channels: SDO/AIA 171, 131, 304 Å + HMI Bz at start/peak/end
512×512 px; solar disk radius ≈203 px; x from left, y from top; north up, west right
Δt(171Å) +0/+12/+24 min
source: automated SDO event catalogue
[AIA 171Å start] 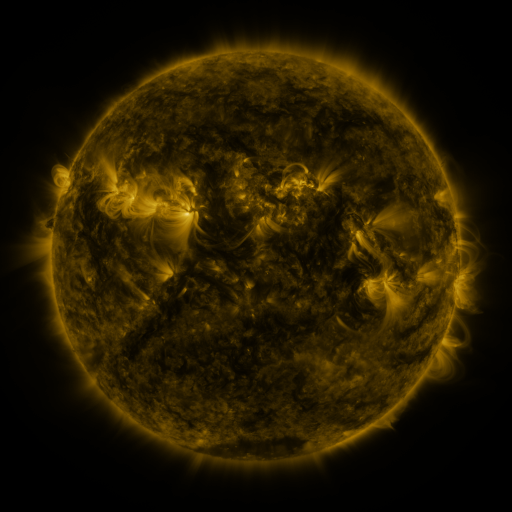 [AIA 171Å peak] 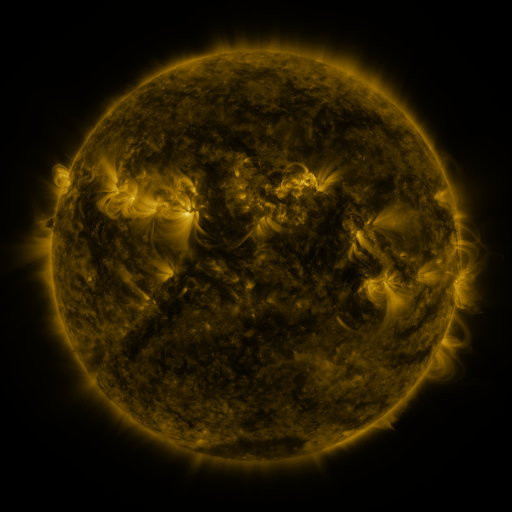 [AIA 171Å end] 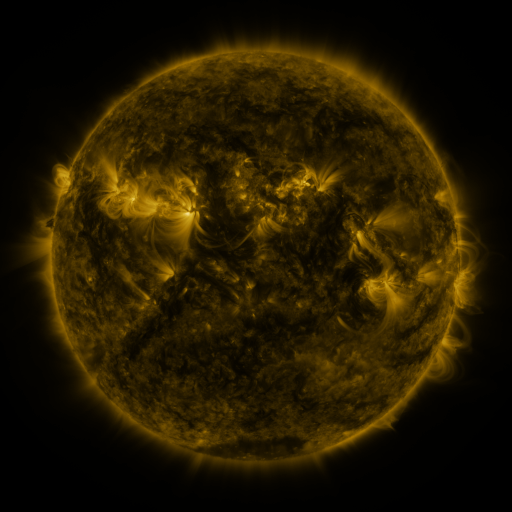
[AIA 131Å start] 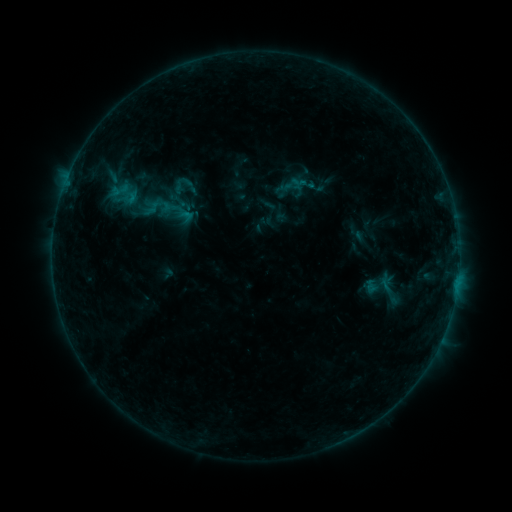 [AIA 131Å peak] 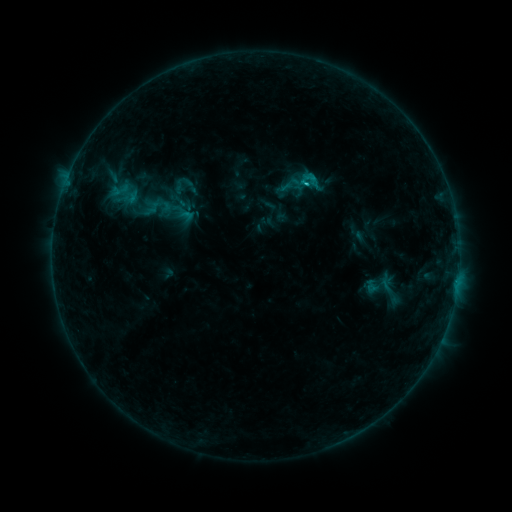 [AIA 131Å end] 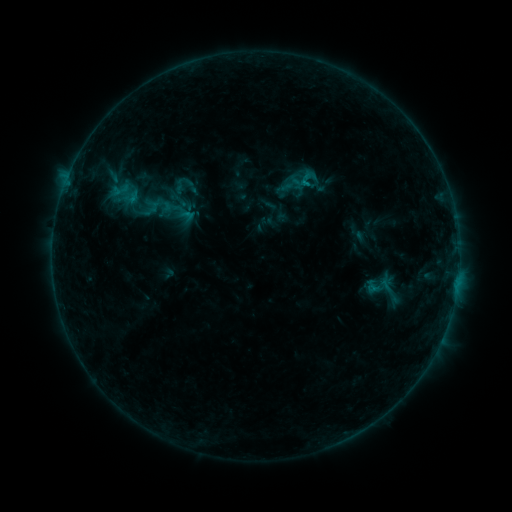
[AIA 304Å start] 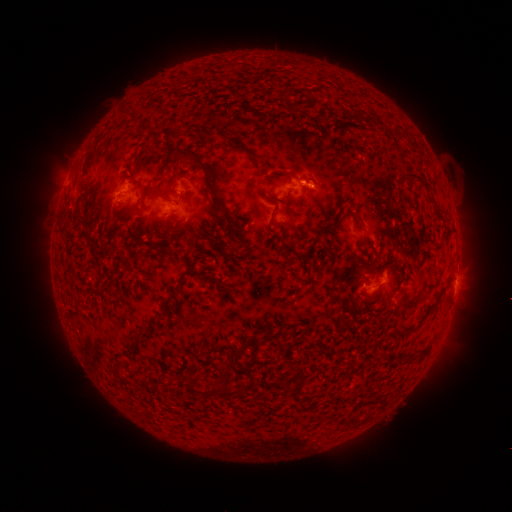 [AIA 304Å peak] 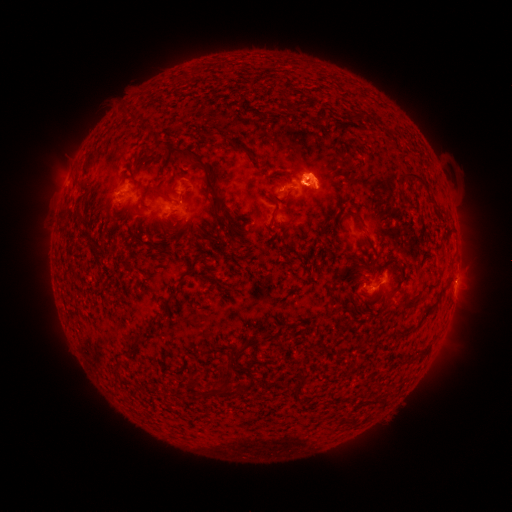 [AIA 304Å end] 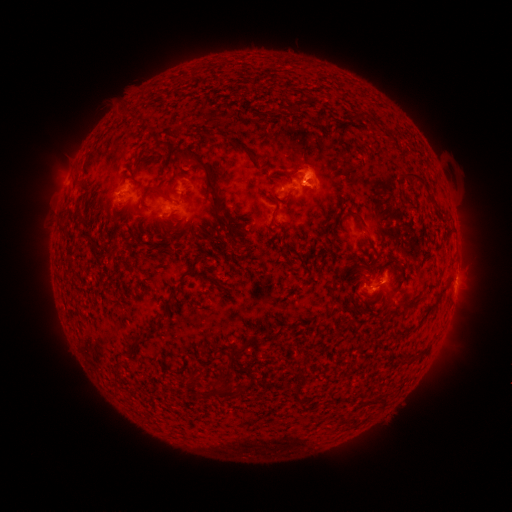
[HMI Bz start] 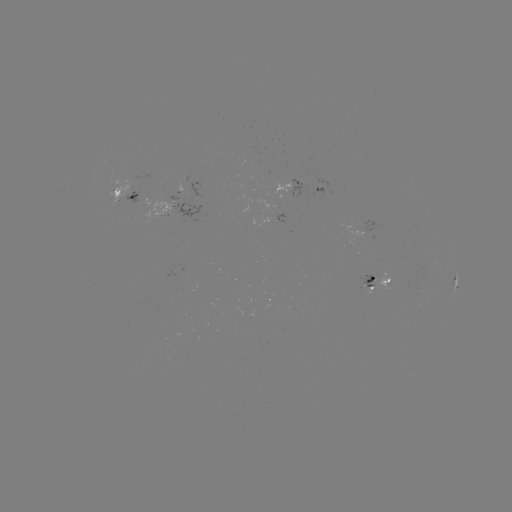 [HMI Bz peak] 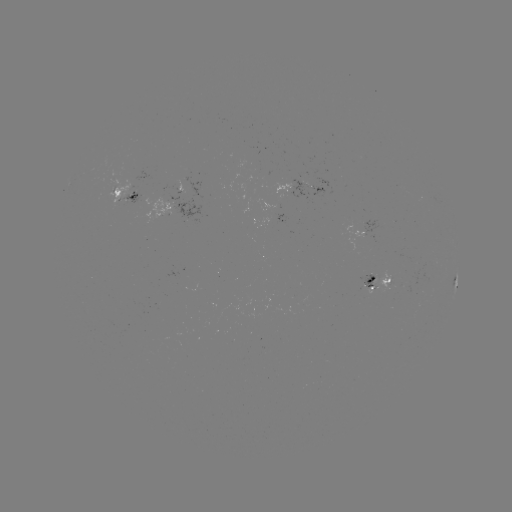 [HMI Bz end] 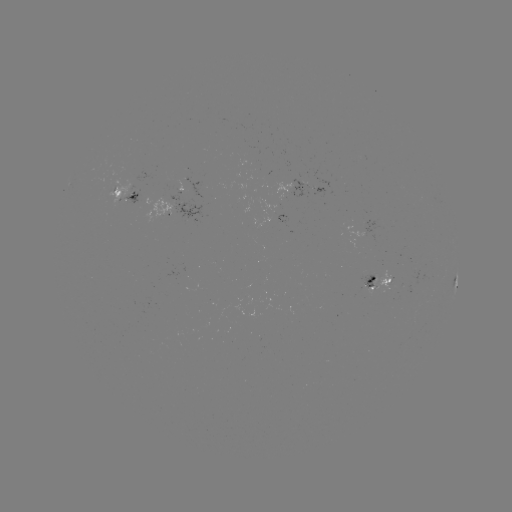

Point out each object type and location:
eruption: (311, 175)
